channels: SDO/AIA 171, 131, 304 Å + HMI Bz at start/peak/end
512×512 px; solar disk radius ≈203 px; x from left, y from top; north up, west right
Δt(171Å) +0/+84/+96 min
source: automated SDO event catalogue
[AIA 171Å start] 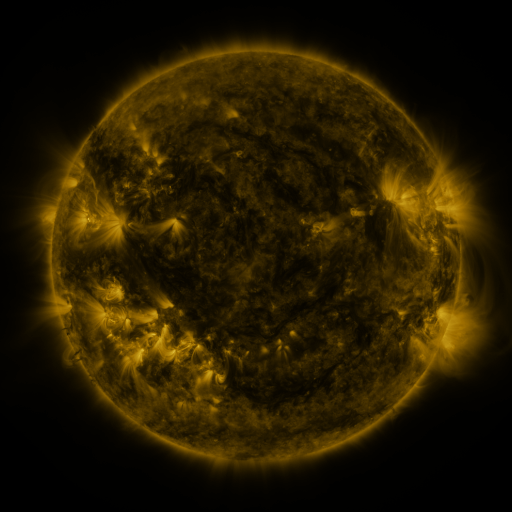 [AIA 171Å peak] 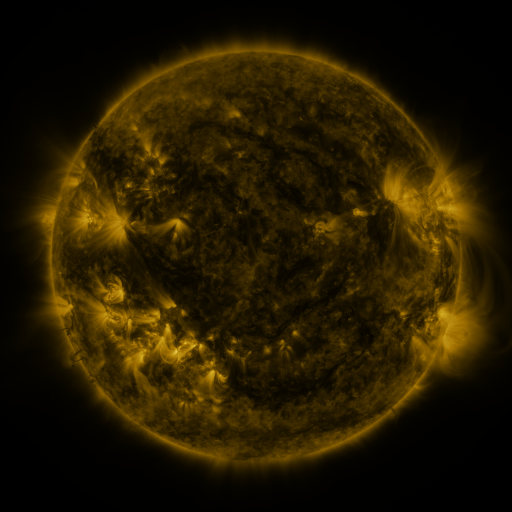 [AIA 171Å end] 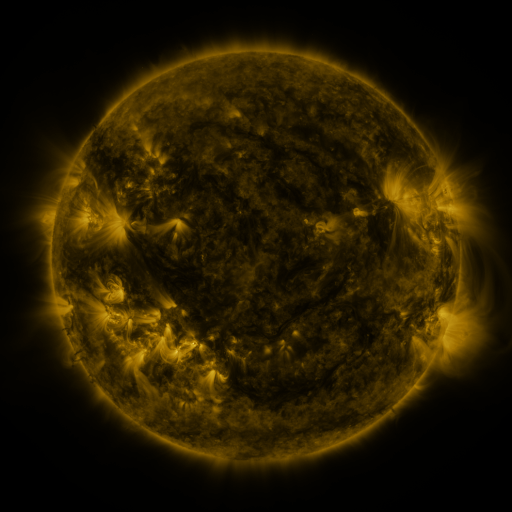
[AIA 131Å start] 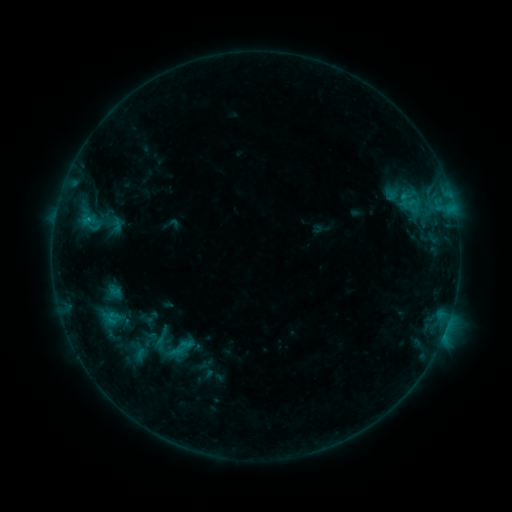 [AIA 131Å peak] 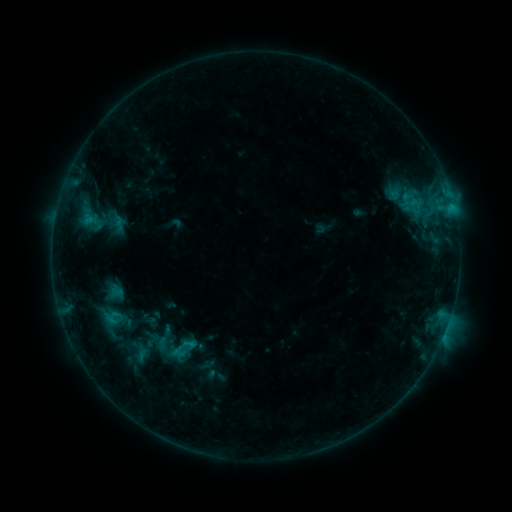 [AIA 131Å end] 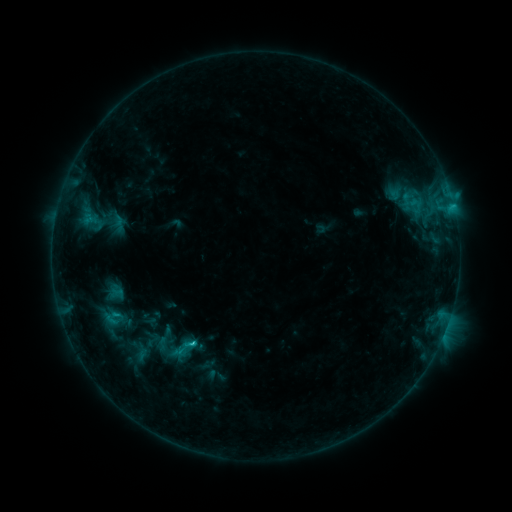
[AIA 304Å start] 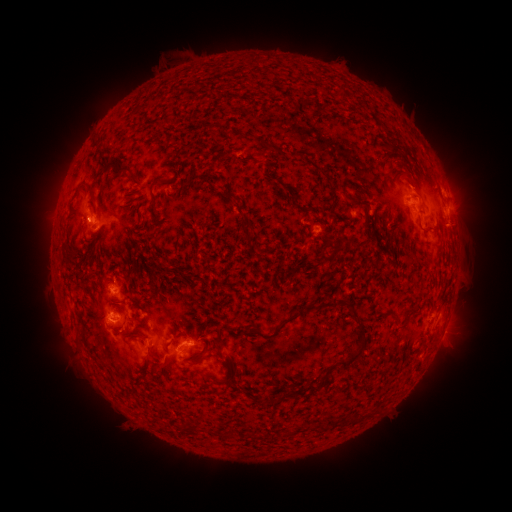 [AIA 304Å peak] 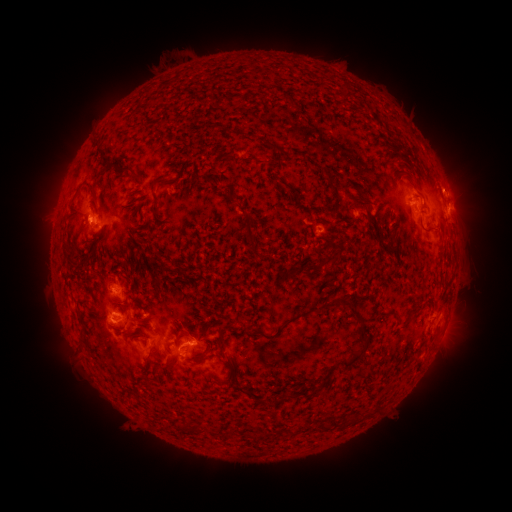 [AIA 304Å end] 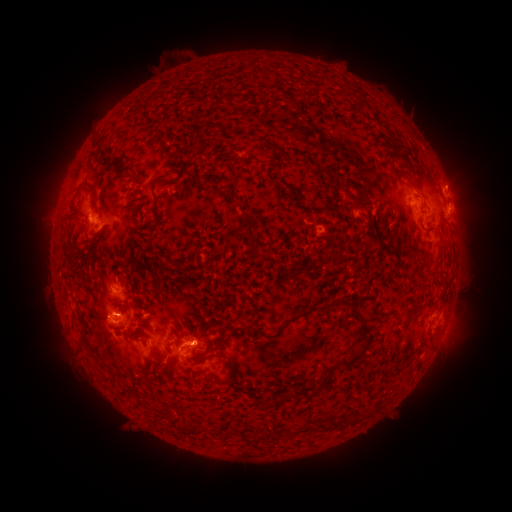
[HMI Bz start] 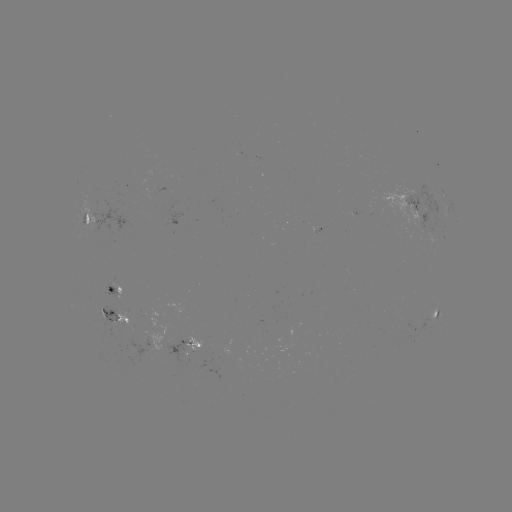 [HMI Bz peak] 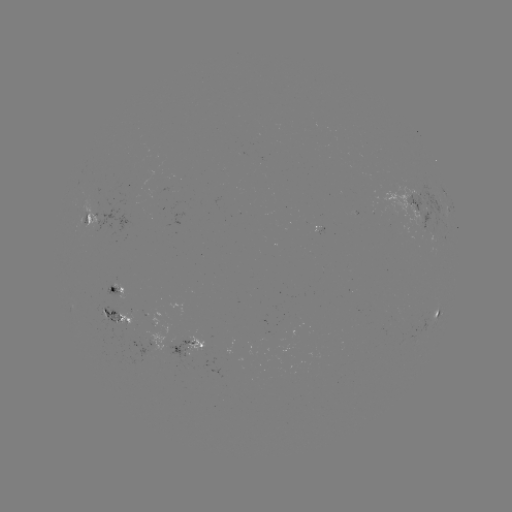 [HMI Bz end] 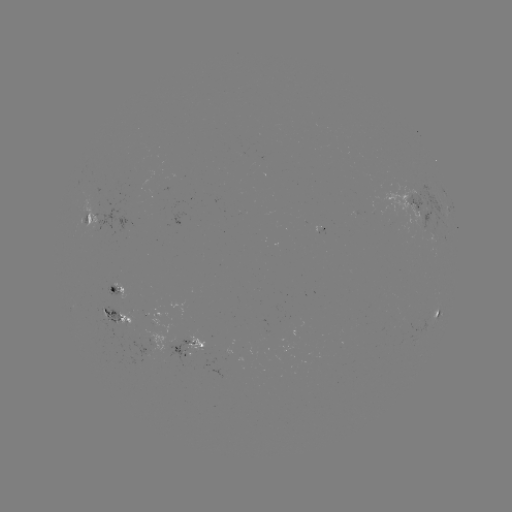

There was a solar emerging-flux region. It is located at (176, 343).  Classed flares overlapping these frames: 2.